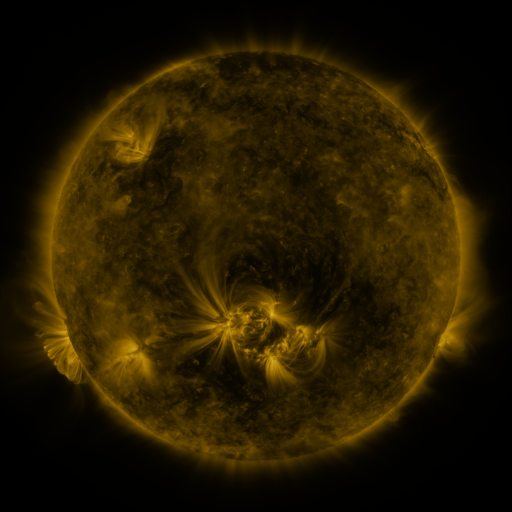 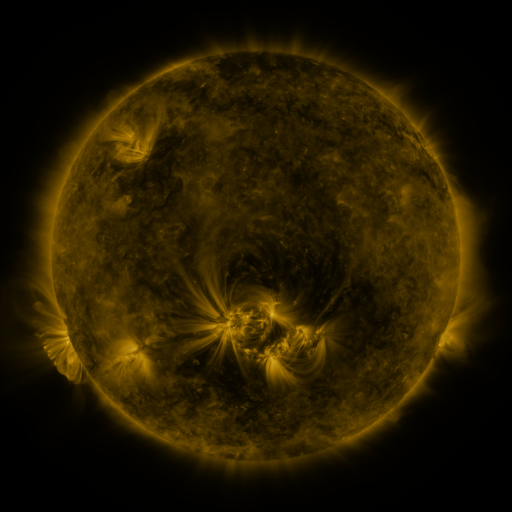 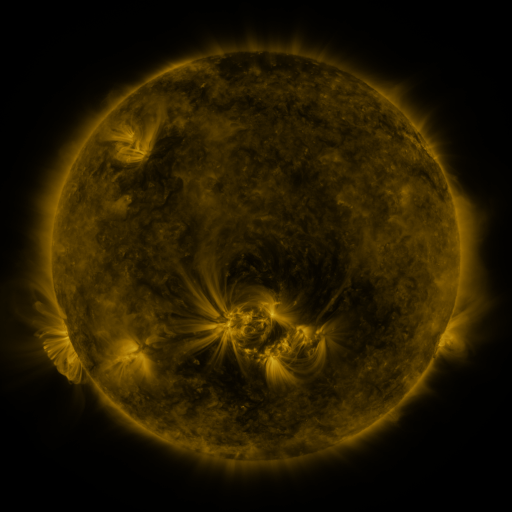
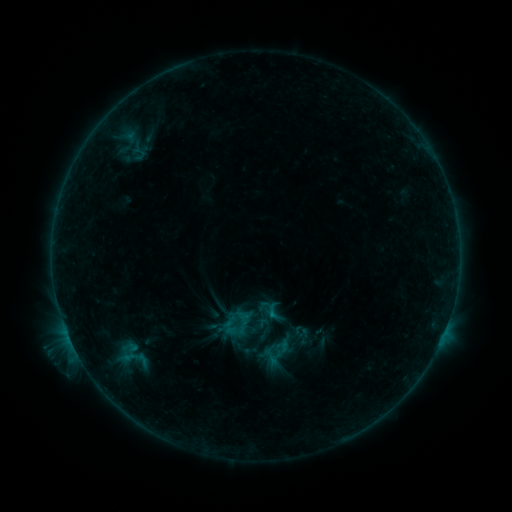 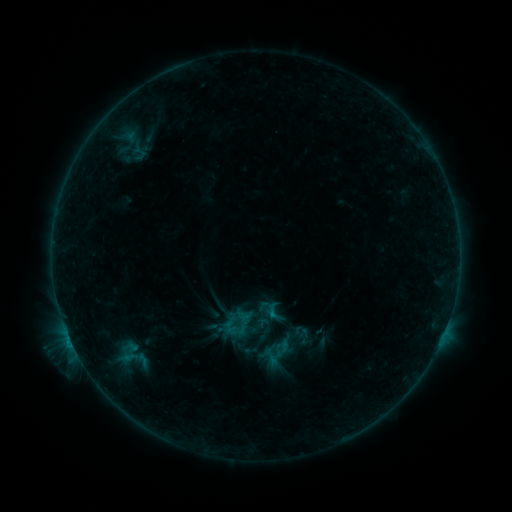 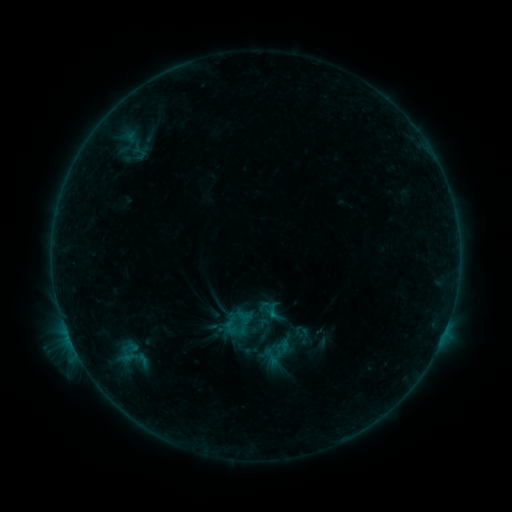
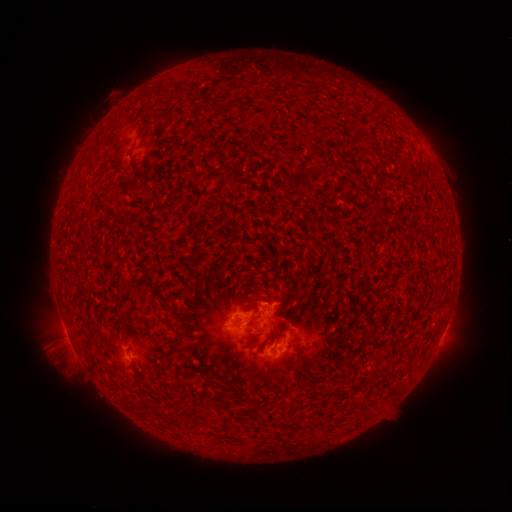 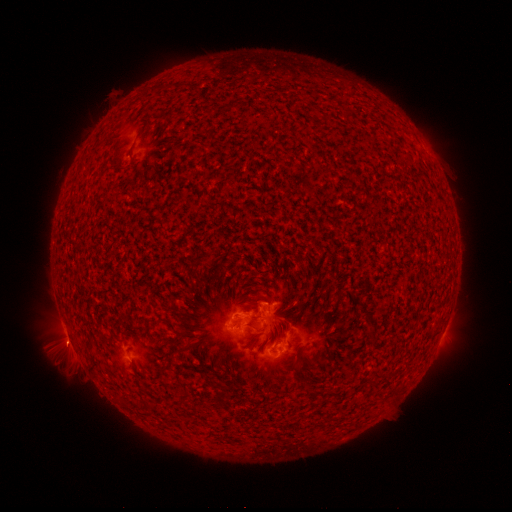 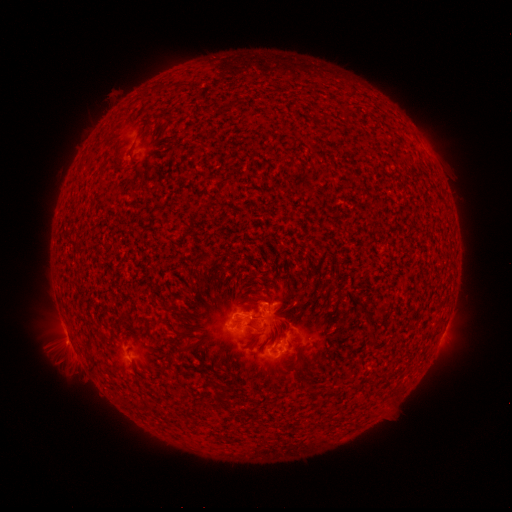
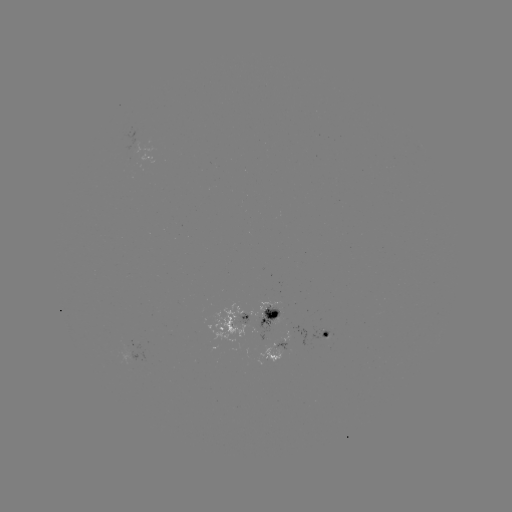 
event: eruption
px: (70, 347)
